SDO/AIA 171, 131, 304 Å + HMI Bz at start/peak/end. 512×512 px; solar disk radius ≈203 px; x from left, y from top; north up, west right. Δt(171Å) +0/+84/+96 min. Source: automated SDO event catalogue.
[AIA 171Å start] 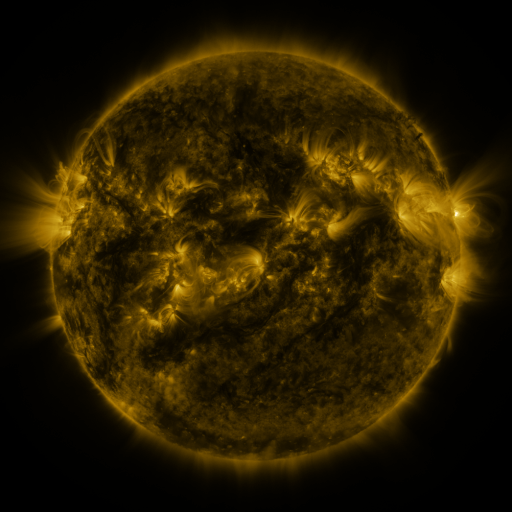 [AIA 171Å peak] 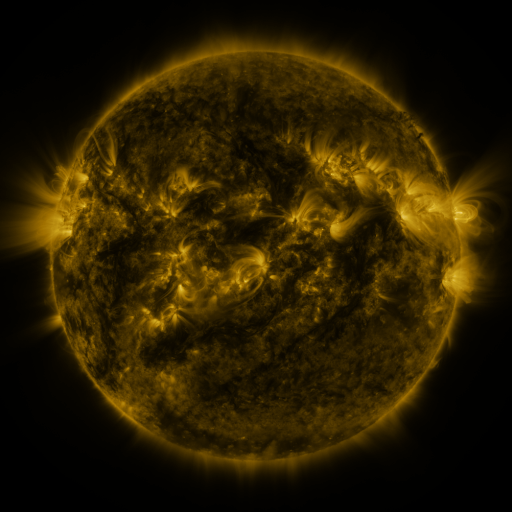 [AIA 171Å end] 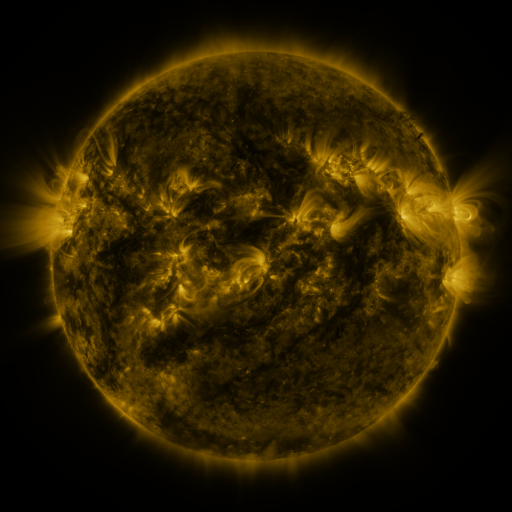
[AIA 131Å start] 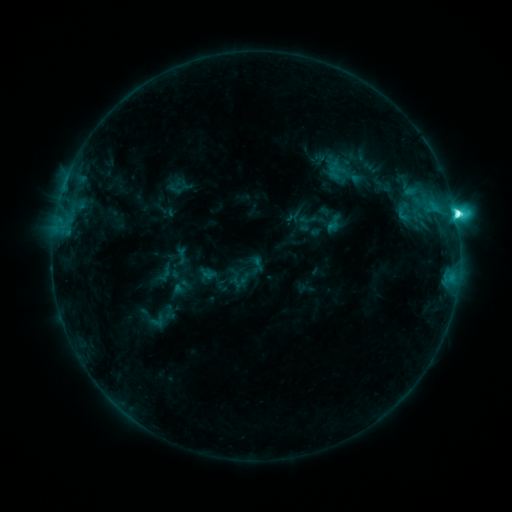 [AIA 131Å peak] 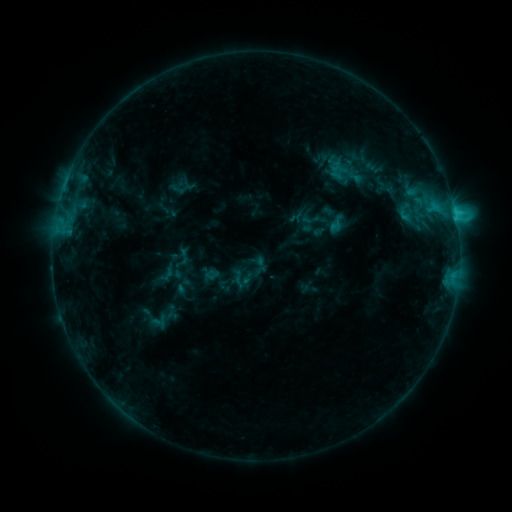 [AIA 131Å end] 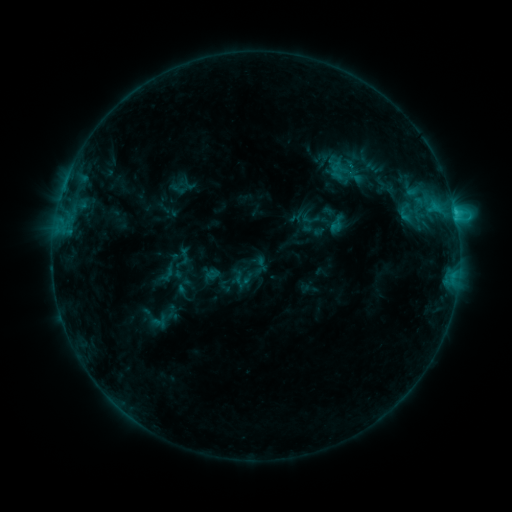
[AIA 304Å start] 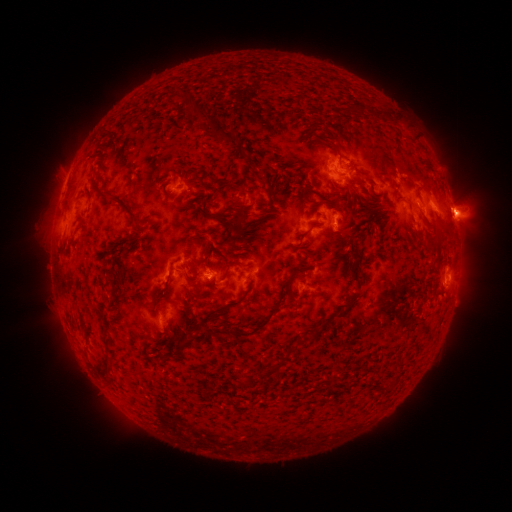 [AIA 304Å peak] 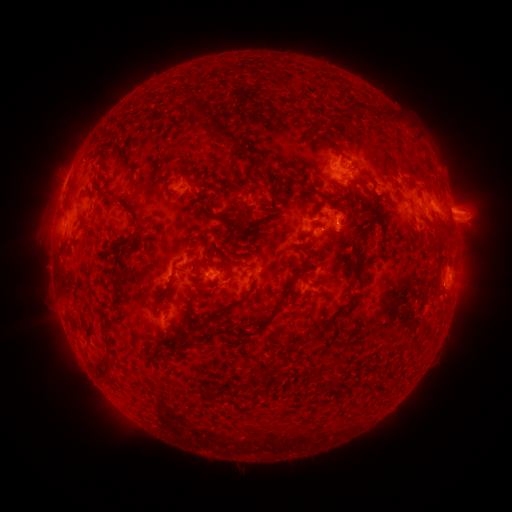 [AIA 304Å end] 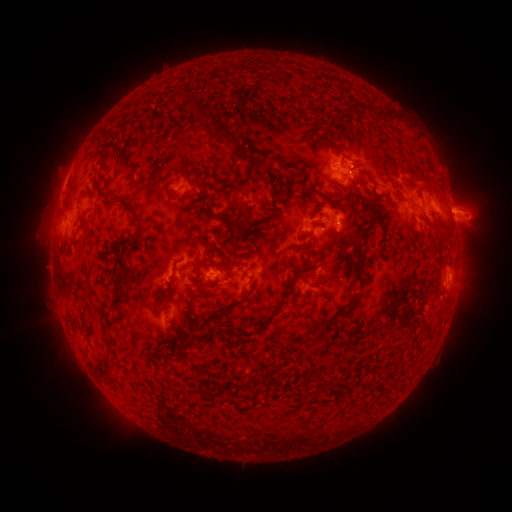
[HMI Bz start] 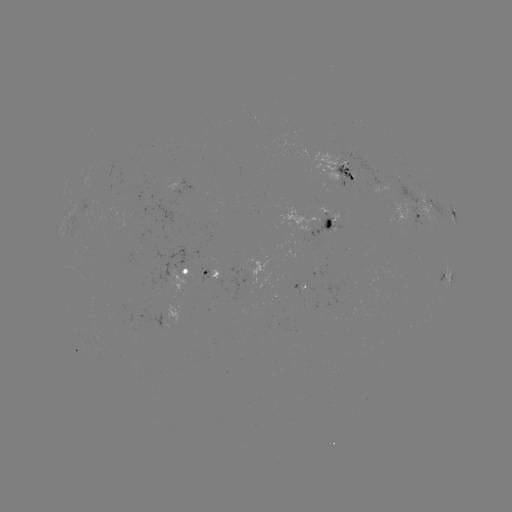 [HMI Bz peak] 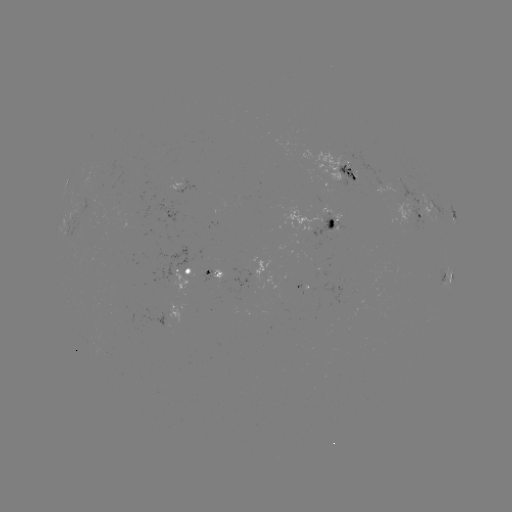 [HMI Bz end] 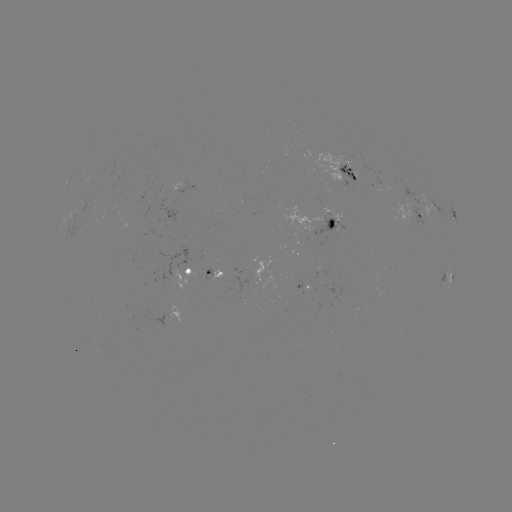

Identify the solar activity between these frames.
emerging-flux region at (92, 214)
